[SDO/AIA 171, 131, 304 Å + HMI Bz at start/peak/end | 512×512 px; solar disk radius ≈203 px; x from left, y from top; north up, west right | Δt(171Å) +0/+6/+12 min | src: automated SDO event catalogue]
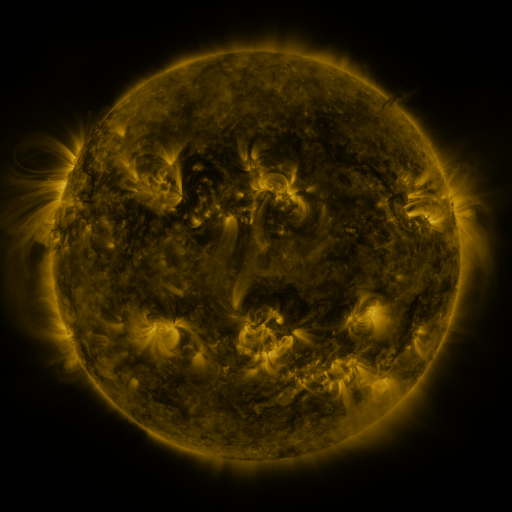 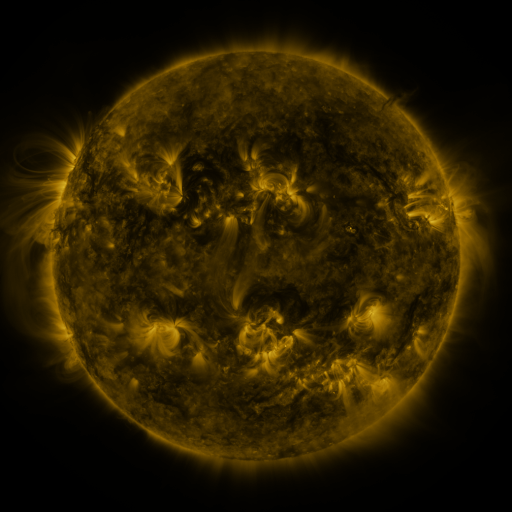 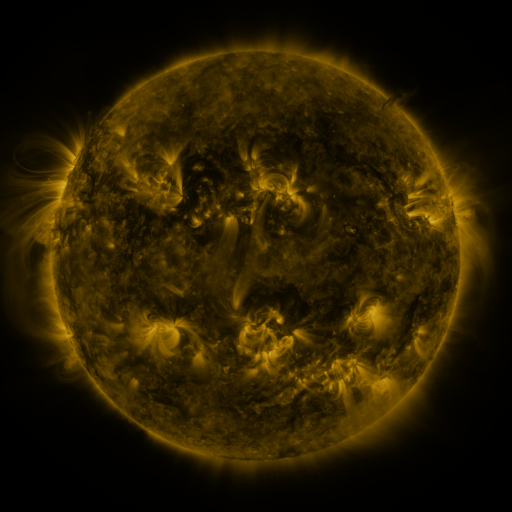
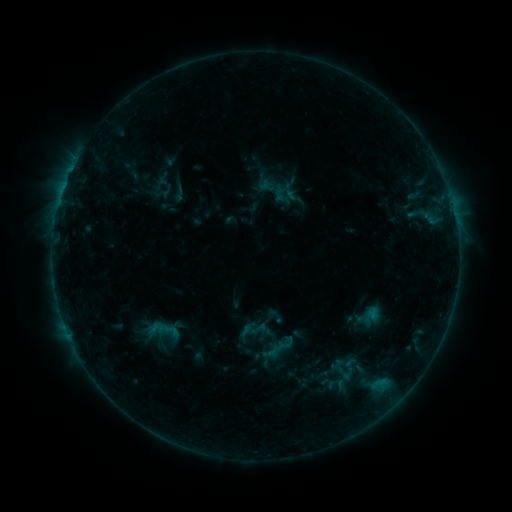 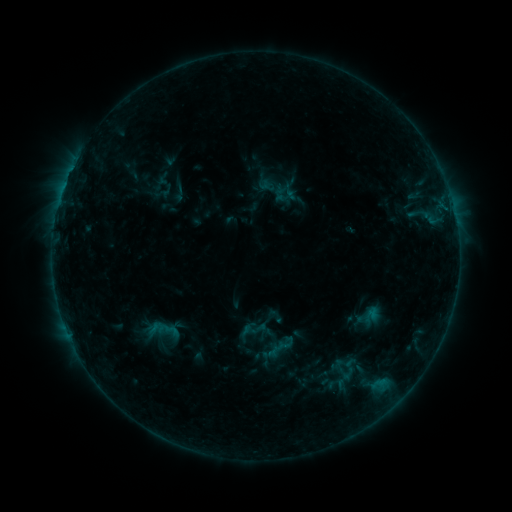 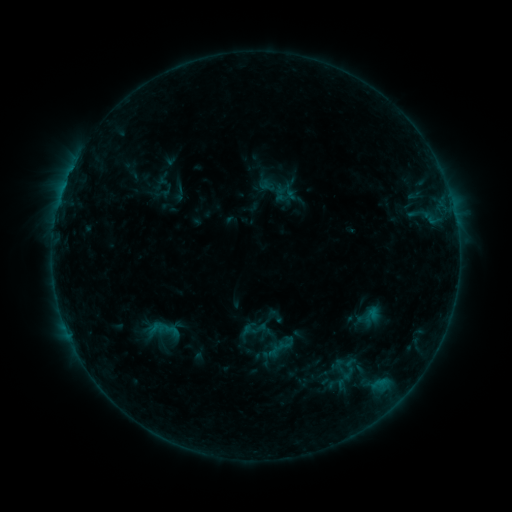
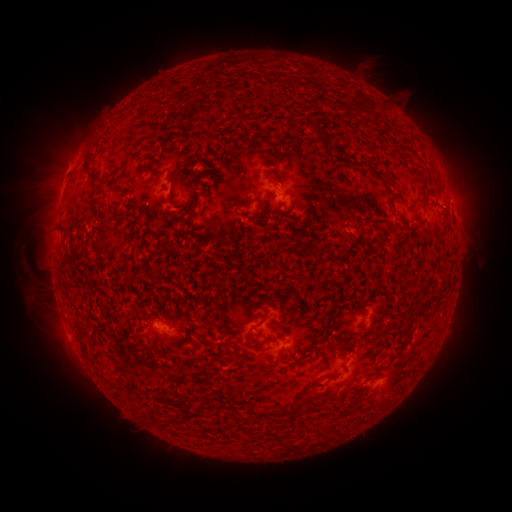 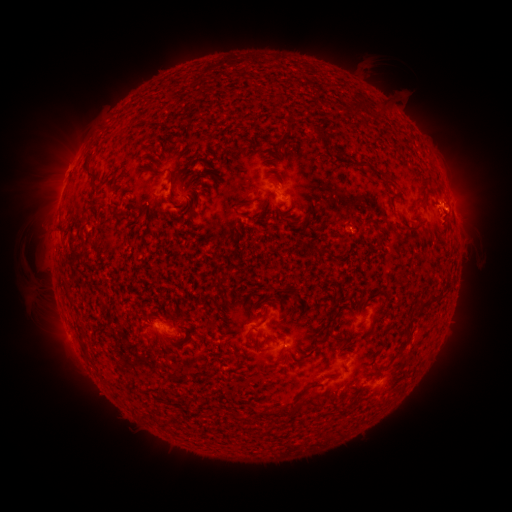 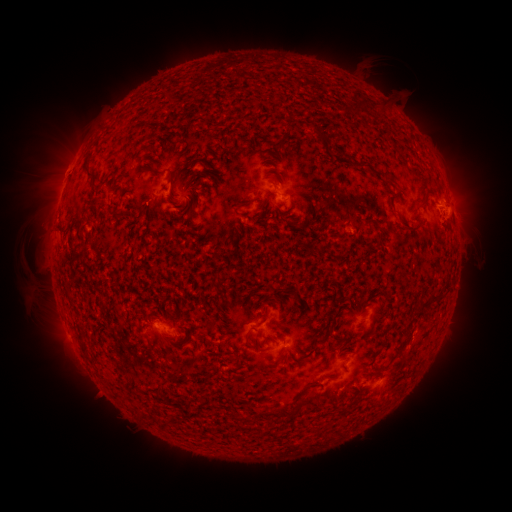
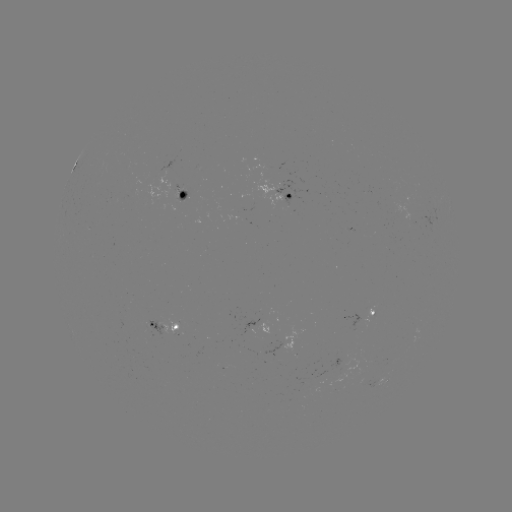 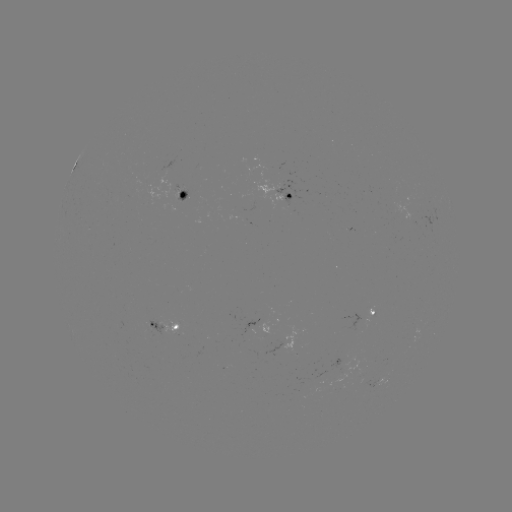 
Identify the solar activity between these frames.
eruption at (461, 212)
